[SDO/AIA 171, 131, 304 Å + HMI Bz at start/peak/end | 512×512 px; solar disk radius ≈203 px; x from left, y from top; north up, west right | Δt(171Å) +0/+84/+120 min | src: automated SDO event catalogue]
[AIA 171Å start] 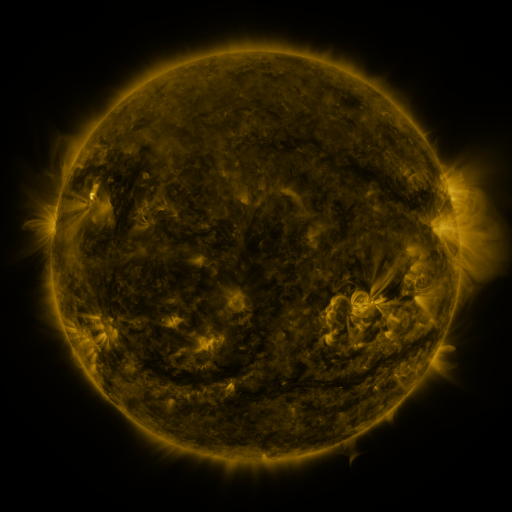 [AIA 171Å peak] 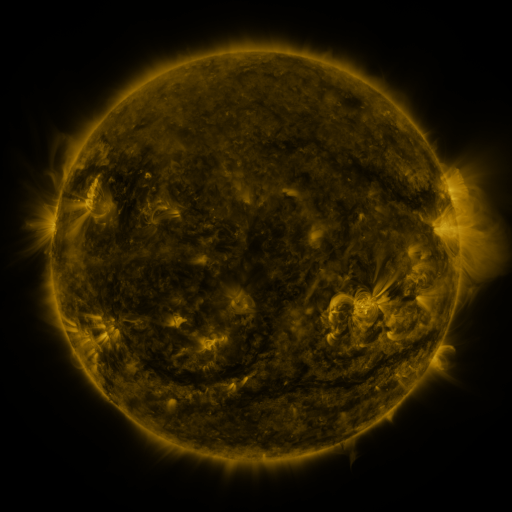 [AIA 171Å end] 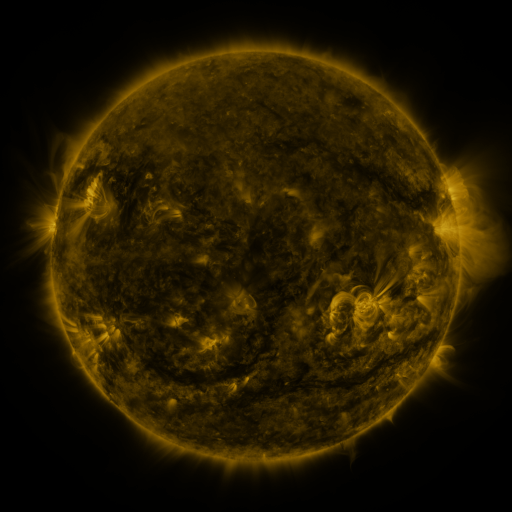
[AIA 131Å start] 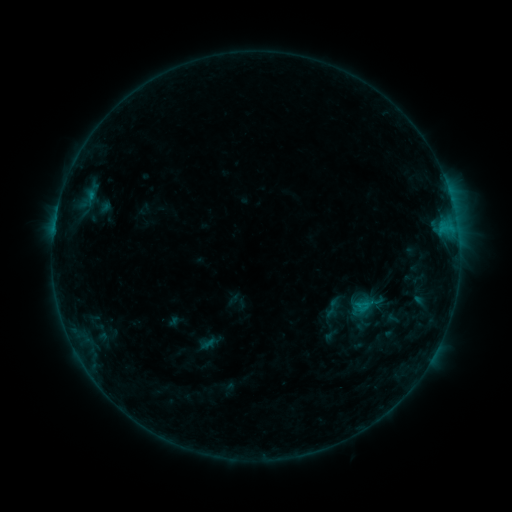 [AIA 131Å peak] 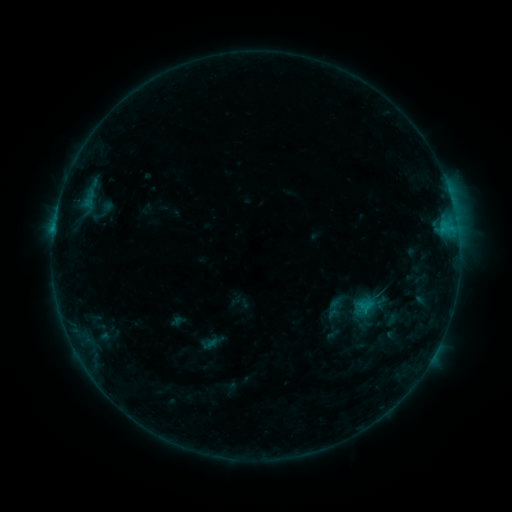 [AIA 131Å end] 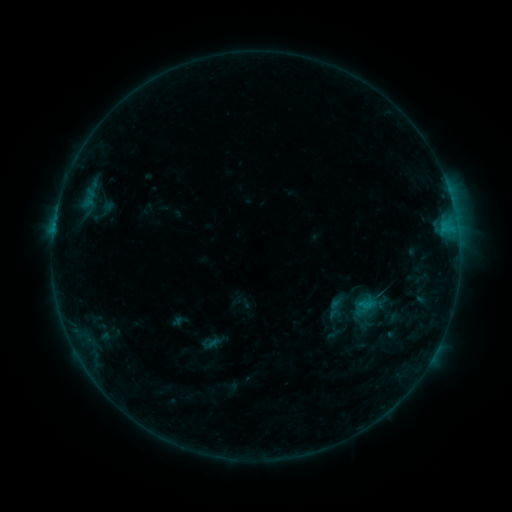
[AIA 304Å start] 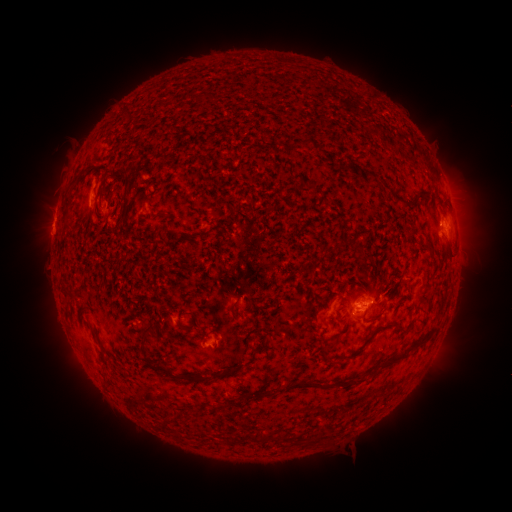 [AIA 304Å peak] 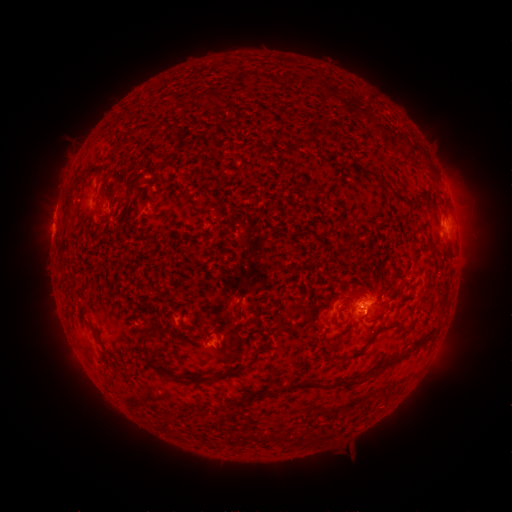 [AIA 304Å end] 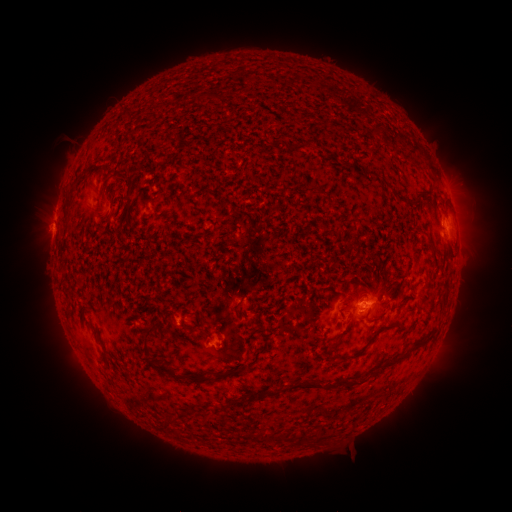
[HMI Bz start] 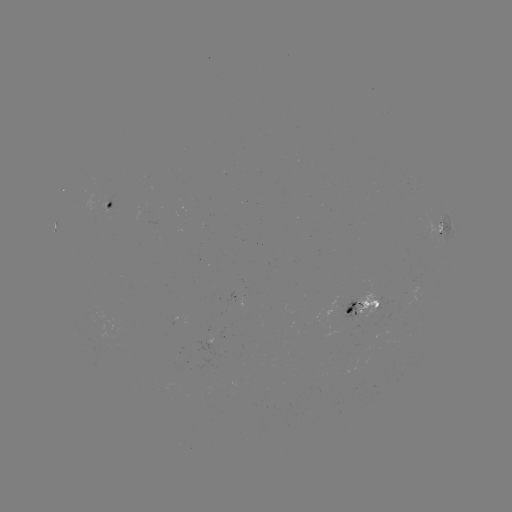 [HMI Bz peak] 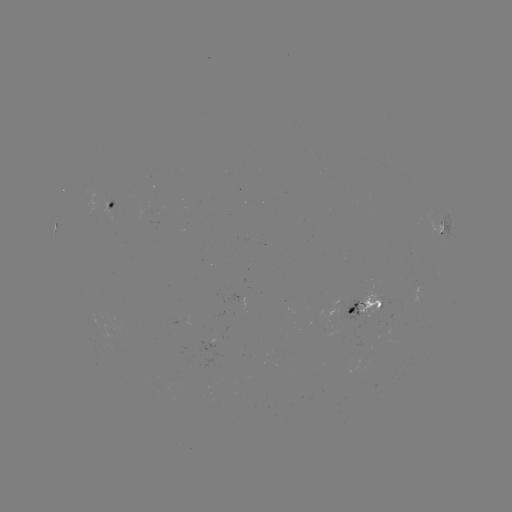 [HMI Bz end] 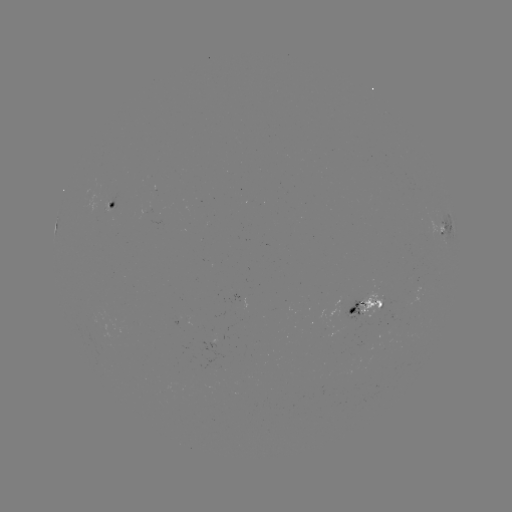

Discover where emerging-flux region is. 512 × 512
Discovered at (109, 202).